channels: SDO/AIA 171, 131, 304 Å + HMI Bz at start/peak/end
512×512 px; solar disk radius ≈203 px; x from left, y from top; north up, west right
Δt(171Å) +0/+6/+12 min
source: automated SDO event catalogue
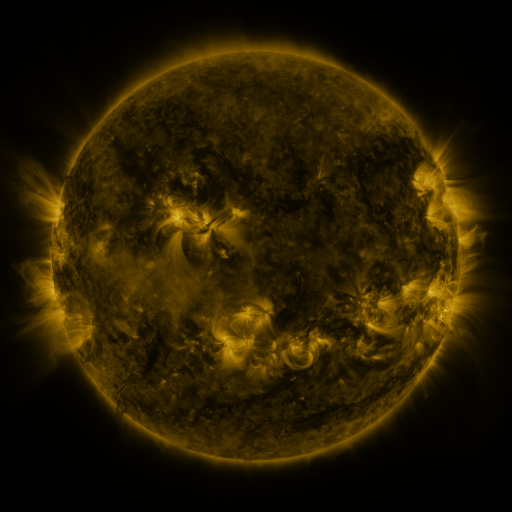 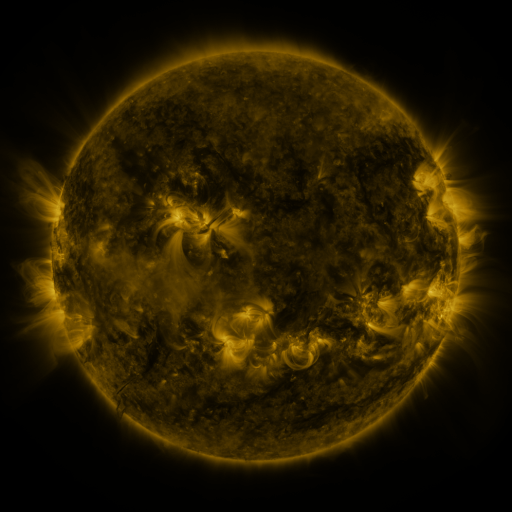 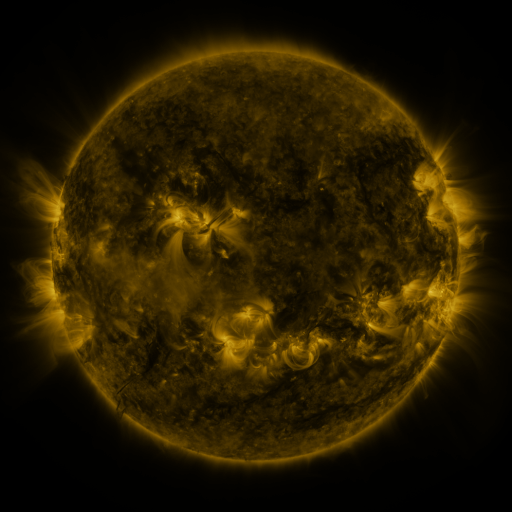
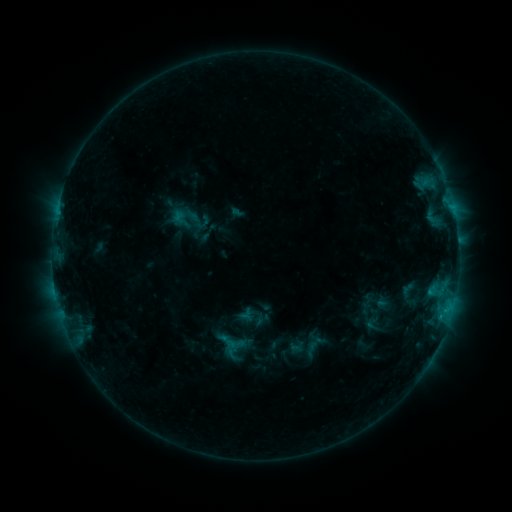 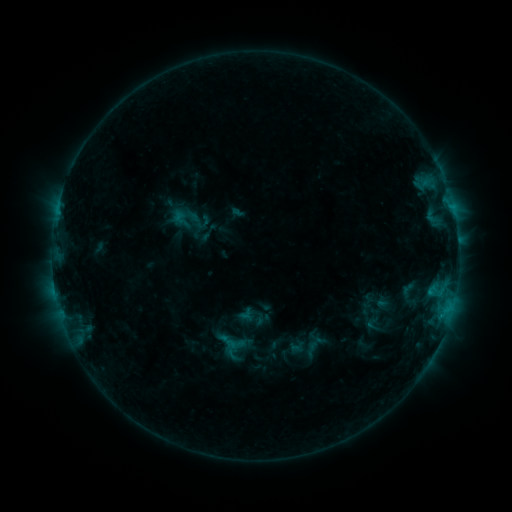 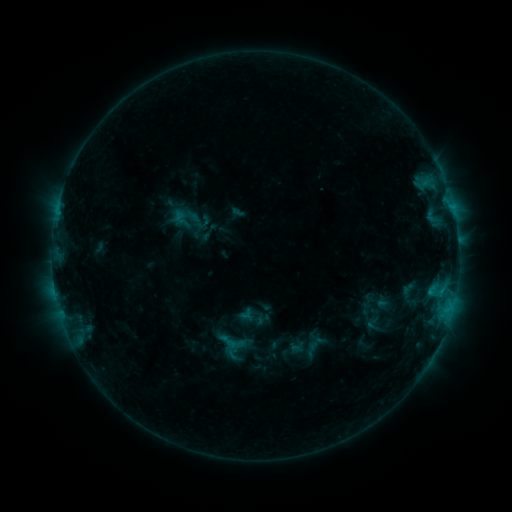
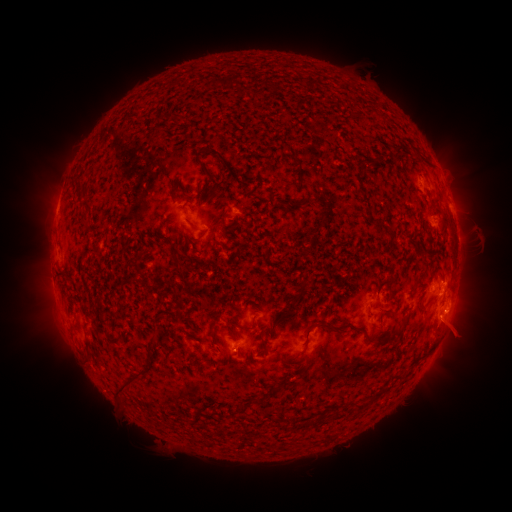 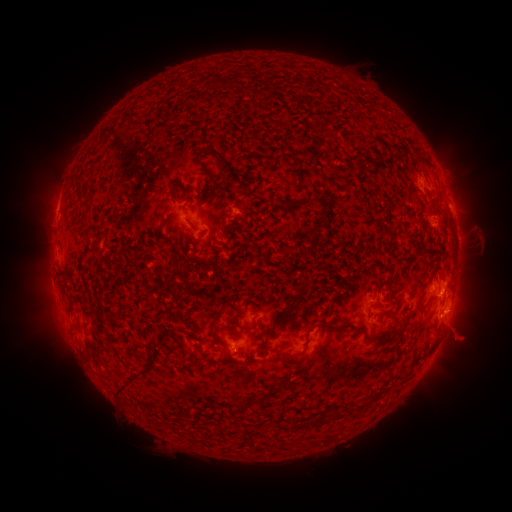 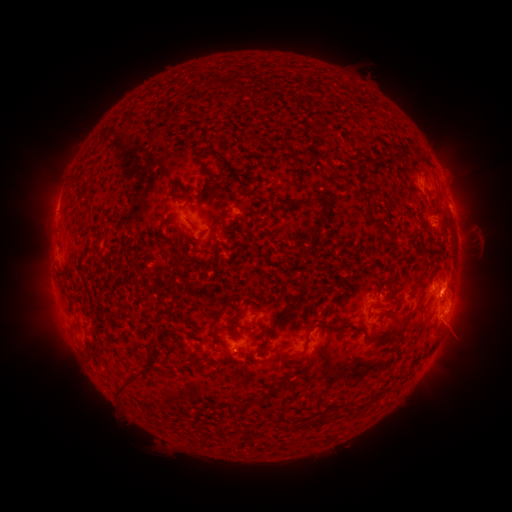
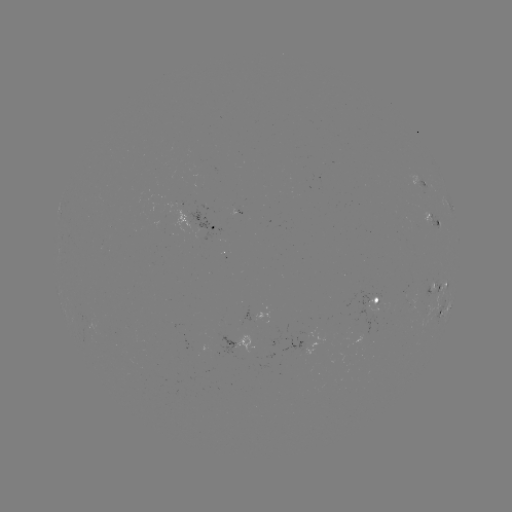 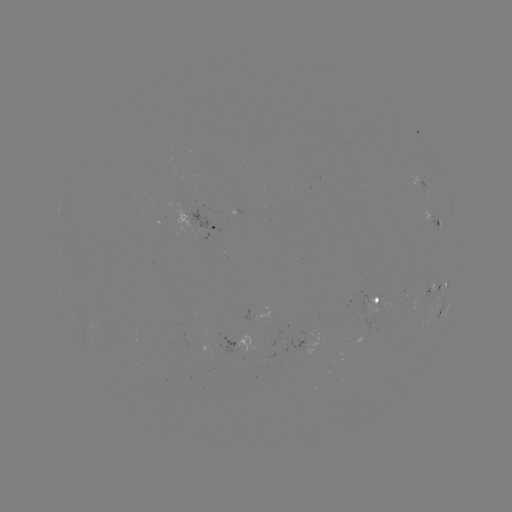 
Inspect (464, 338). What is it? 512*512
eruption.